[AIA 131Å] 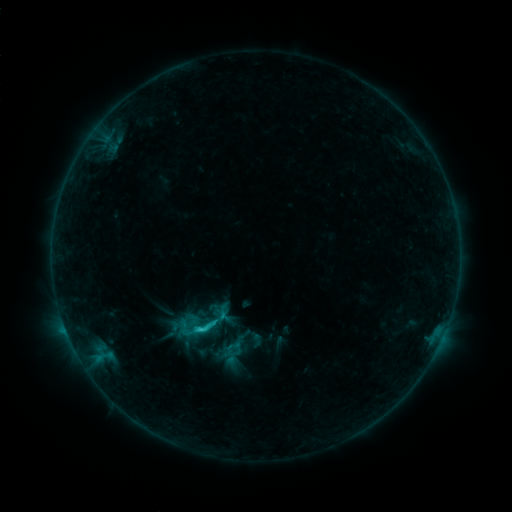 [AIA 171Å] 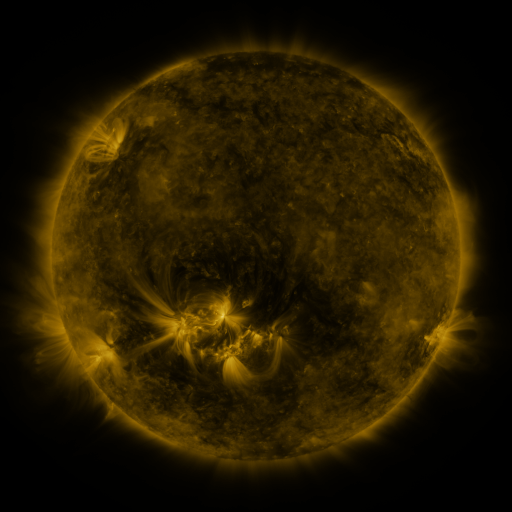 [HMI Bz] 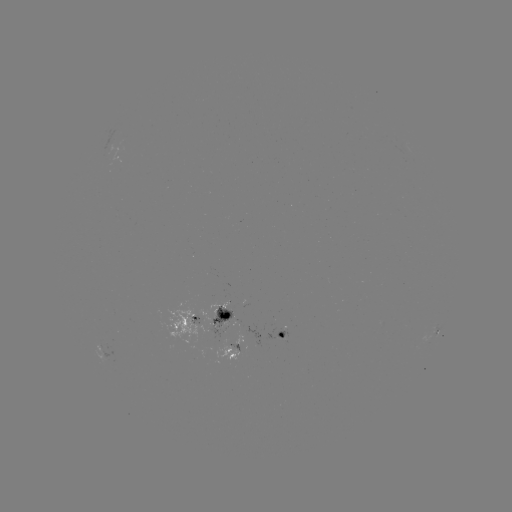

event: sigmoid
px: (204, 327)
